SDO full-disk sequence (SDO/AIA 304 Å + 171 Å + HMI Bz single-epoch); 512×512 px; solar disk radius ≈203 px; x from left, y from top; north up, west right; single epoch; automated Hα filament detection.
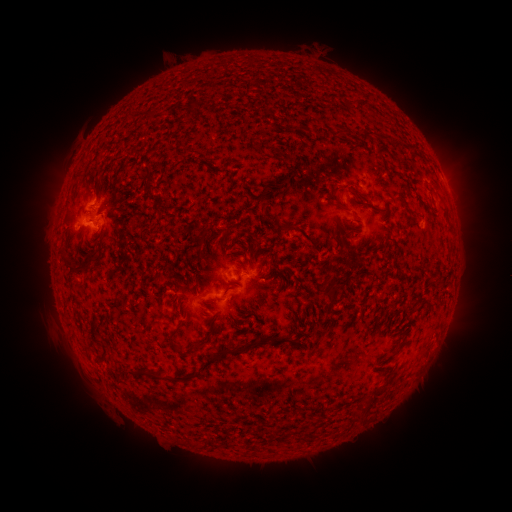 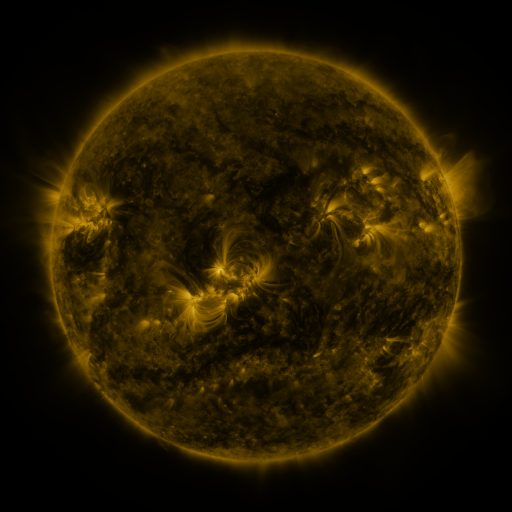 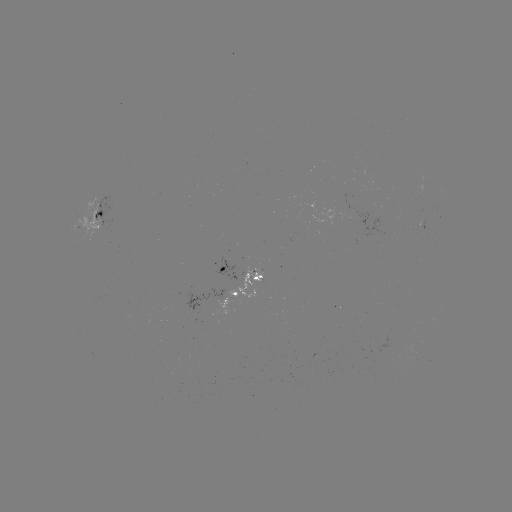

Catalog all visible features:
filament: <bbox>142, 113, 154, 123</bbox>
filament: <bbox>359, 129, 372, 142</bbox>
filament: <bbox>427, 177, 439, 190</bbox>
filament: <bbox>251, 238, 260, 250</bbox>
filament: <bbox>65, 259, 85, 274</bbox>
filament: <bbox>320, 285, 335, 300</bbox>
filament: <bbox>169, 329, 180, 348</bbox>
filament: <bbox>225, 334, 267, 355</bbox>
filament: <bbox>268, 335, 287, 342</bbox>
filament: <bbox>190, 343, 202, 351</bbox>
filament: <bbox>201, 356, 221, 372</bbox>
filament: <bbox>119, 366, 171, 383</bbox>
filament: <bbox>174, 373, 199, 382</bbox>
filament: <bbox>366, 386, 384, 409</bbox>
